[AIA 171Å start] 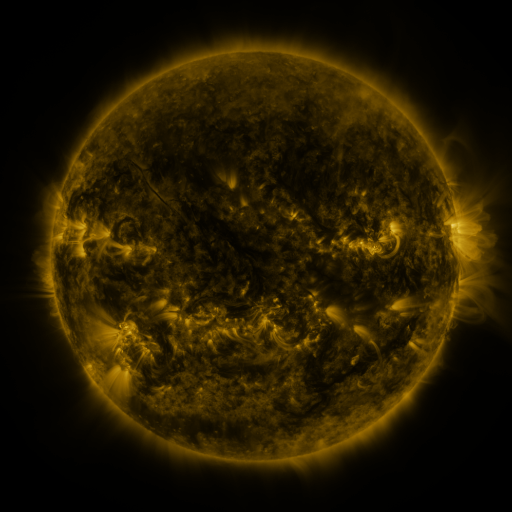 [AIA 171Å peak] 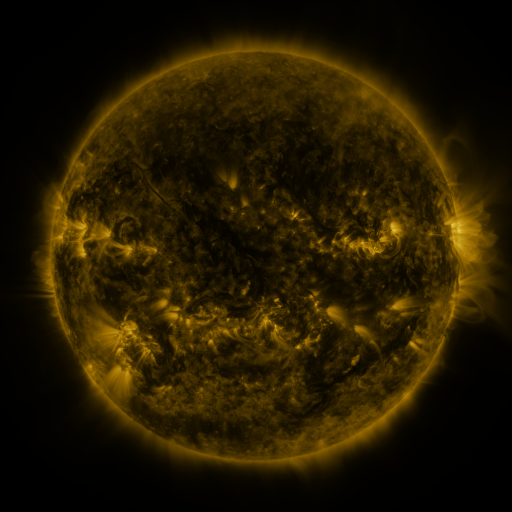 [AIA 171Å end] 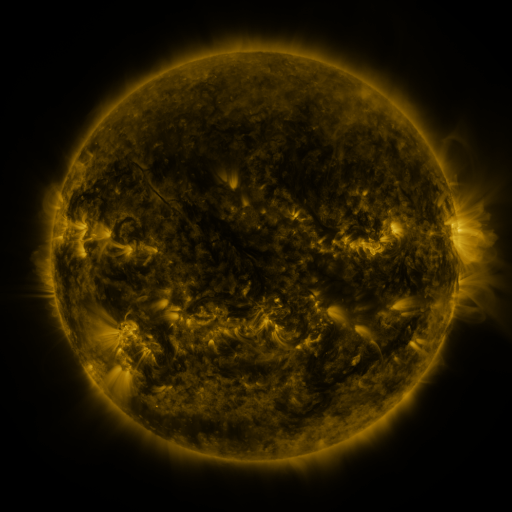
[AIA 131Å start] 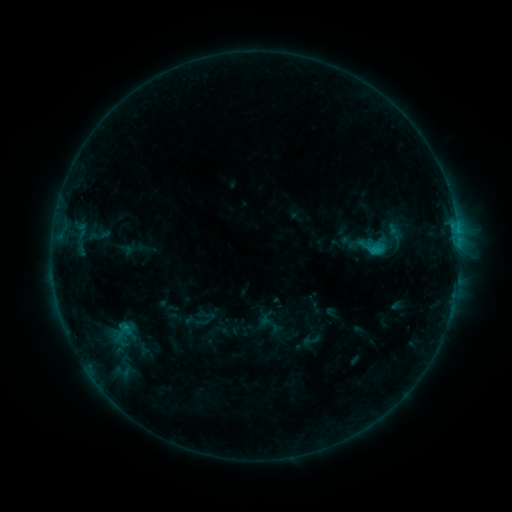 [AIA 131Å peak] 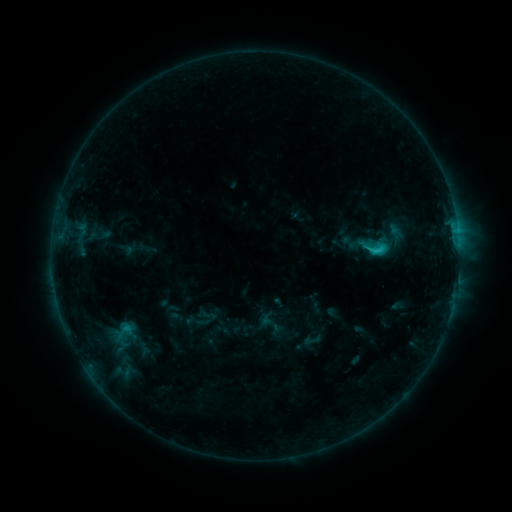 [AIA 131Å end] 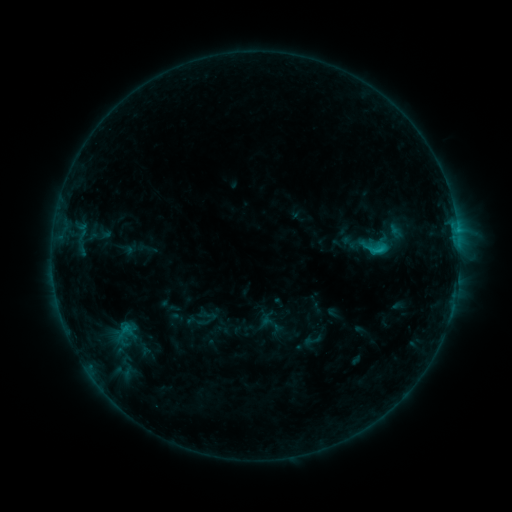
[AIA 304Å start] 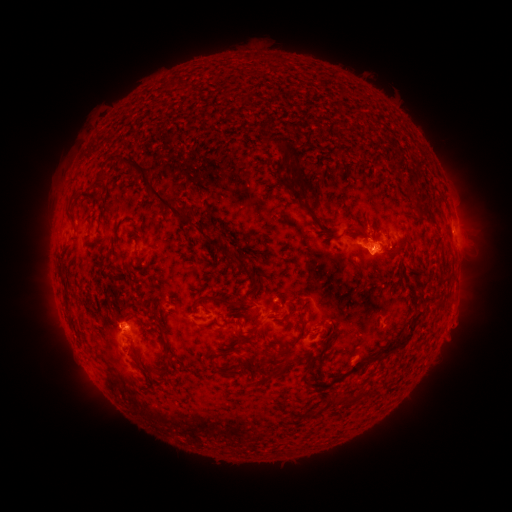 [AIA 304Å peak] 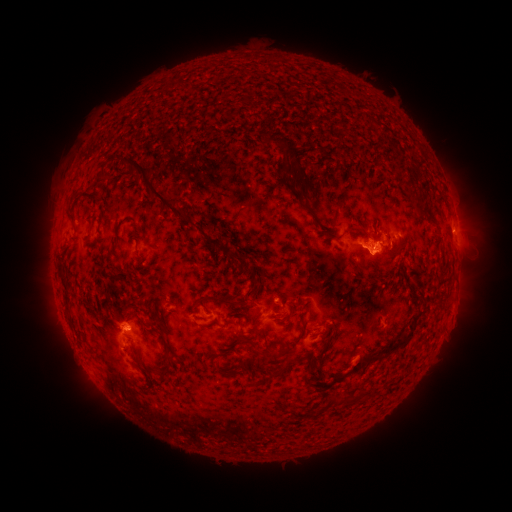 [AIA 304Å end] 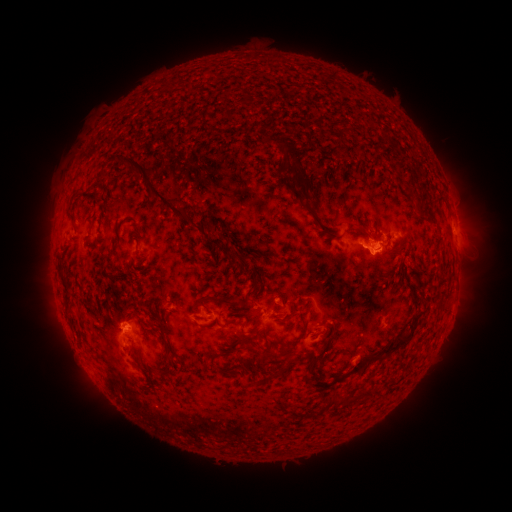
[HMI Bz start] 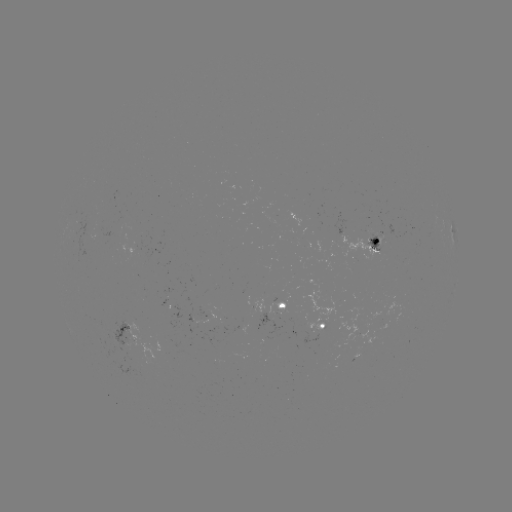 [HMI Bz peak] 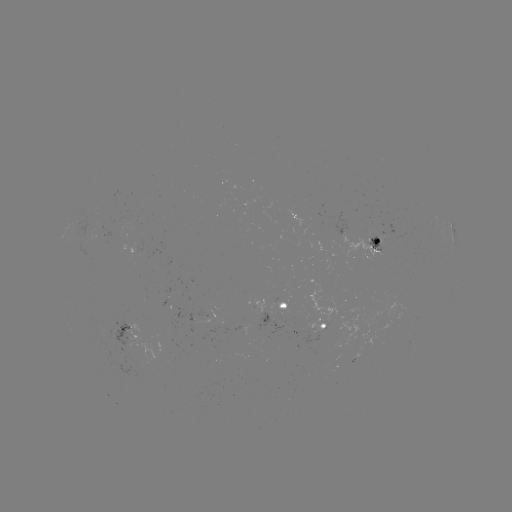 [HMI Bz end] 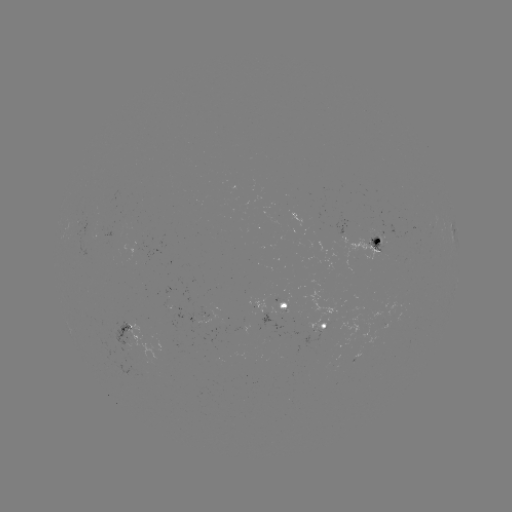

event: flare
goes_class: C1.5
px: (374, 251)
